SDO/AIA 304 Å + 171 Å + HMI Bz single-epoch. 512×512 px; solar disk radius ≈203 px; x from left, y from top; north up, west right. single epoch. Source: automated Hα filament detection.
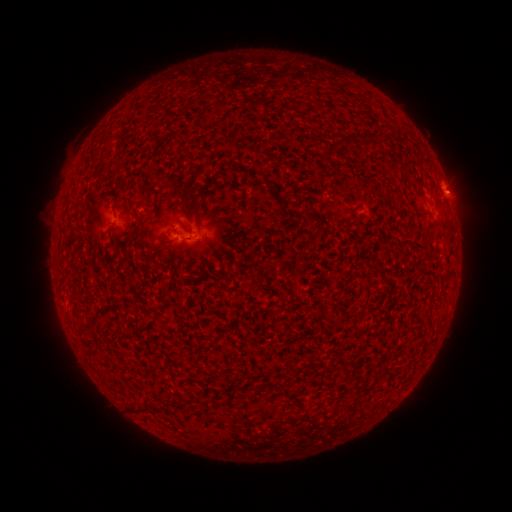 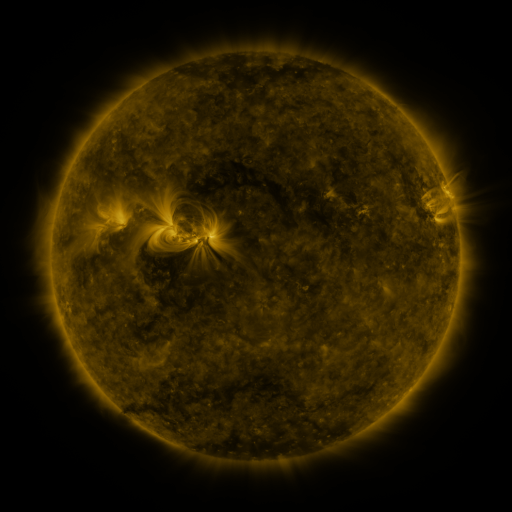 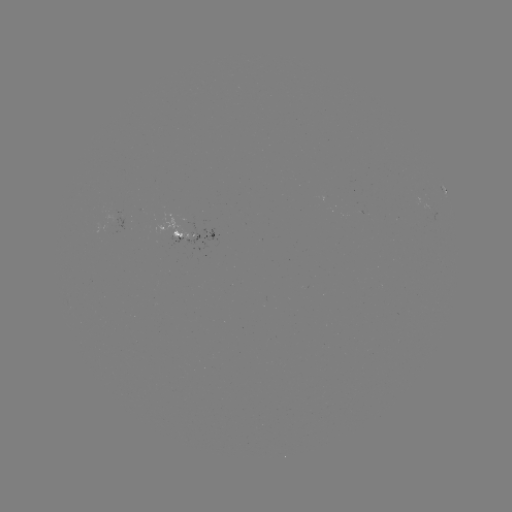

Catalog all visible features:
filament: (350, 140)
filament: (369, 140)
filament: (235, 171)
filament: (140, 408)
